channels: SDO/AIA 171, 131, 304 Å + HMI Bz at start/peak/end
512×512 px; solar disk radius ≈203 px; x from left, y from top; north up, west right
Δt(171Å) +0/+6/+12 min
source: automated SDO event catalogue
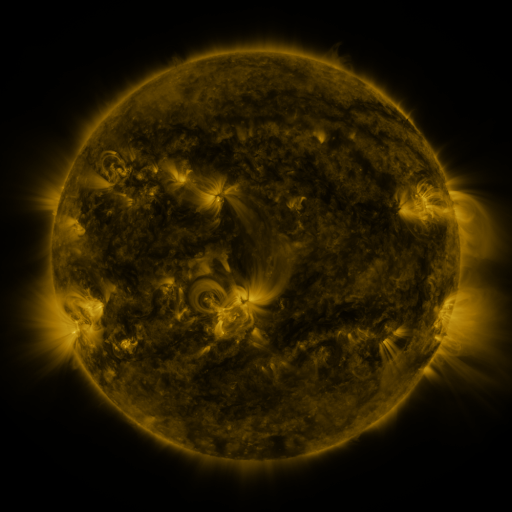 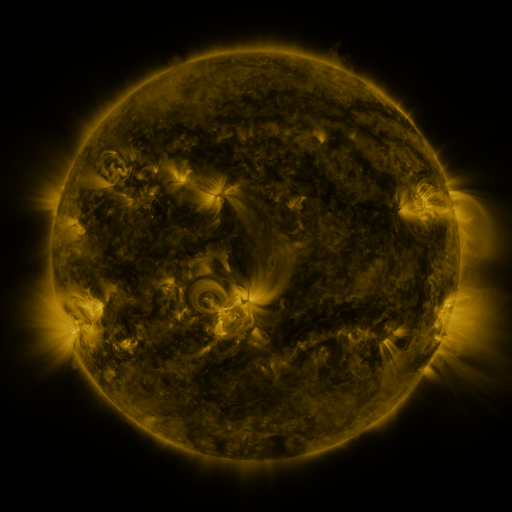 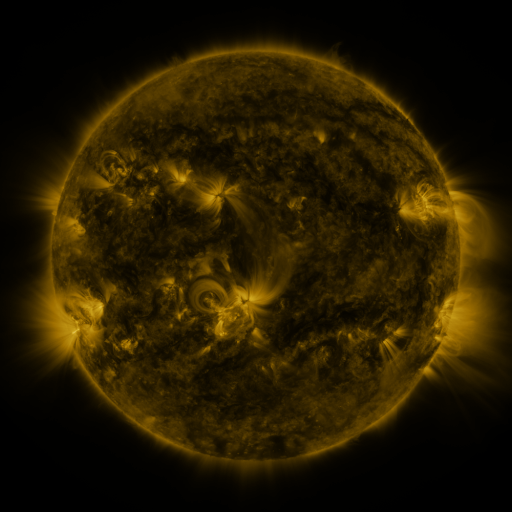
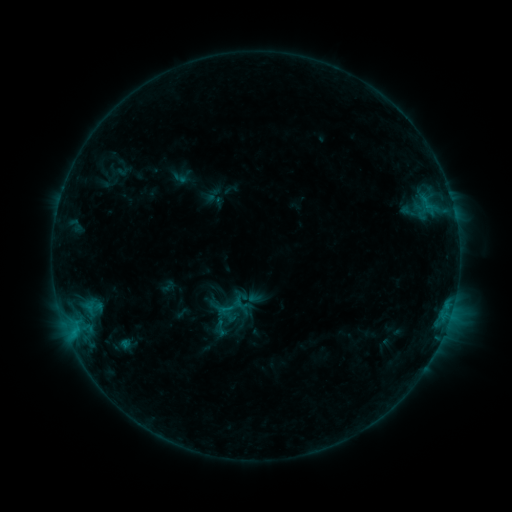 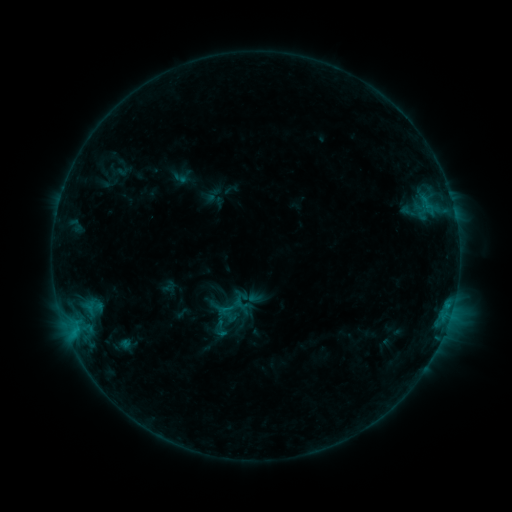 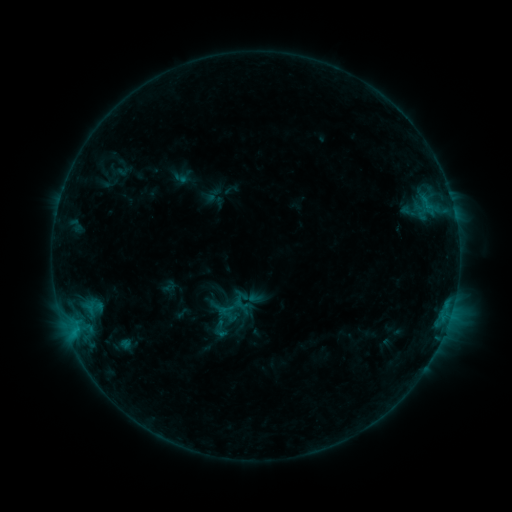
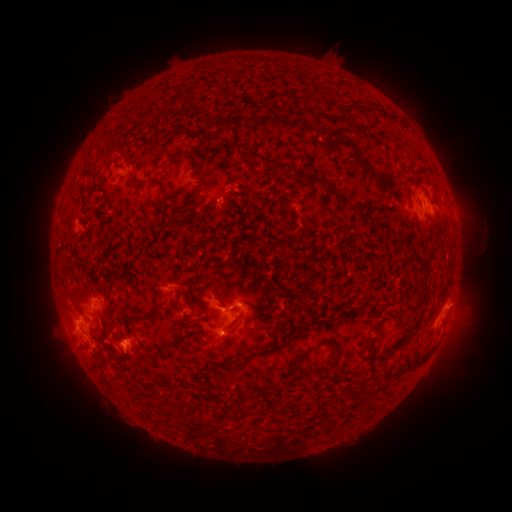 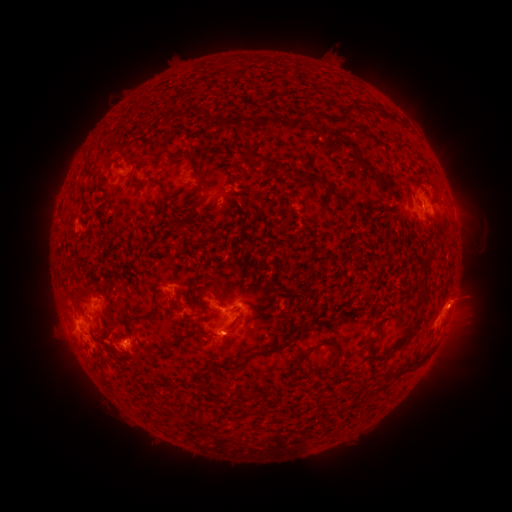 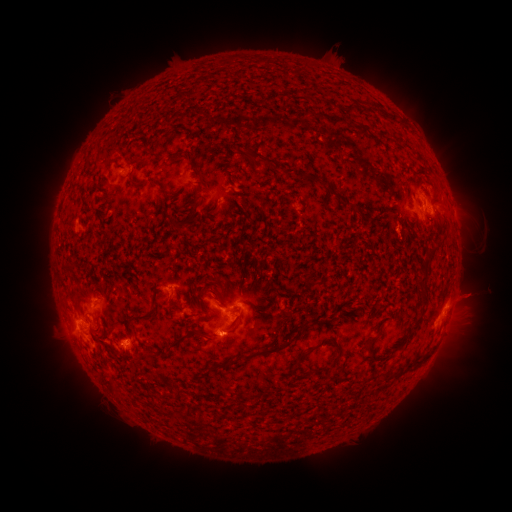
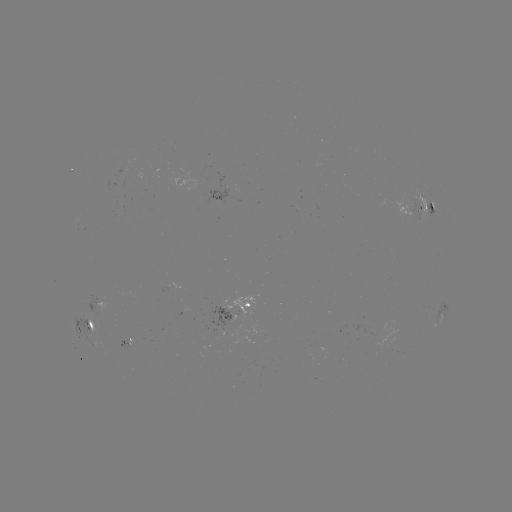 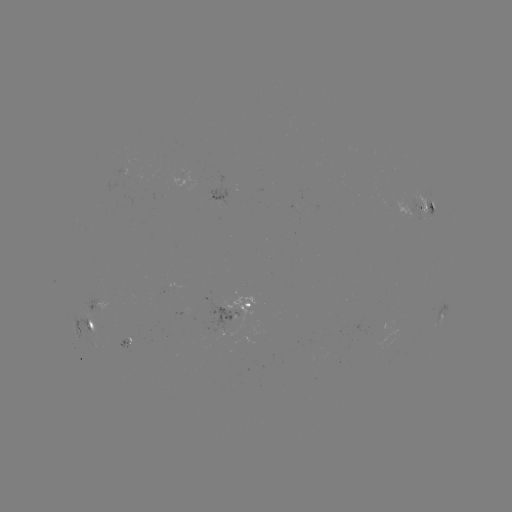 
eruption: [436, 272, 492, 328]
